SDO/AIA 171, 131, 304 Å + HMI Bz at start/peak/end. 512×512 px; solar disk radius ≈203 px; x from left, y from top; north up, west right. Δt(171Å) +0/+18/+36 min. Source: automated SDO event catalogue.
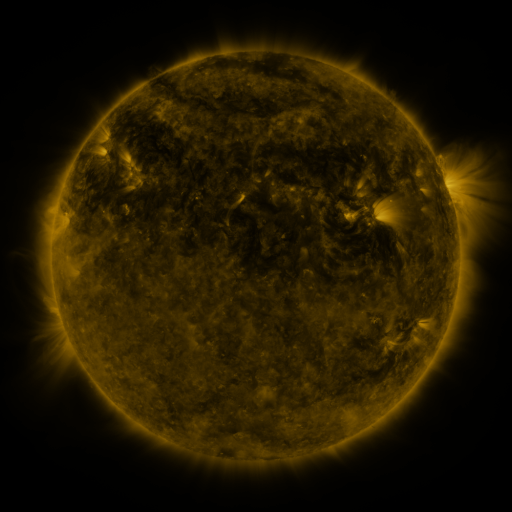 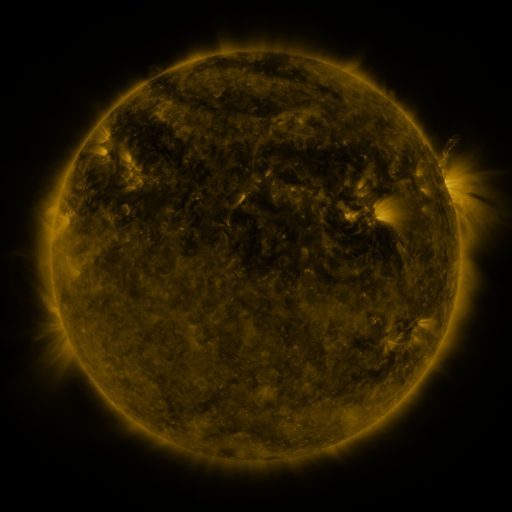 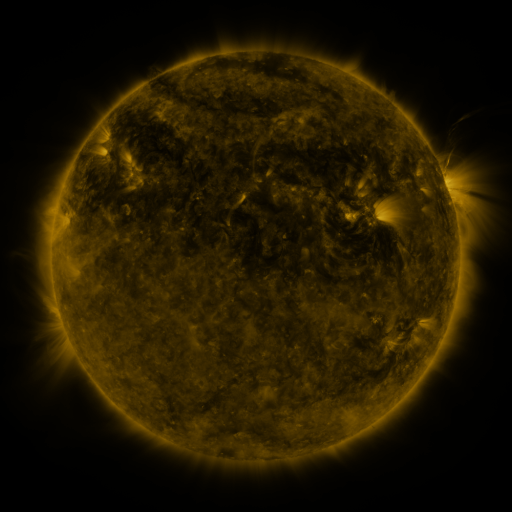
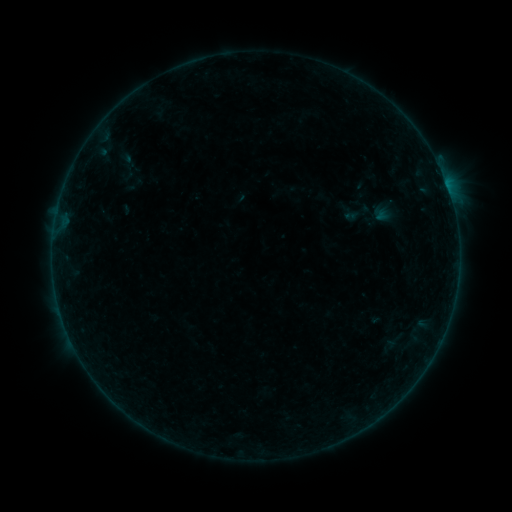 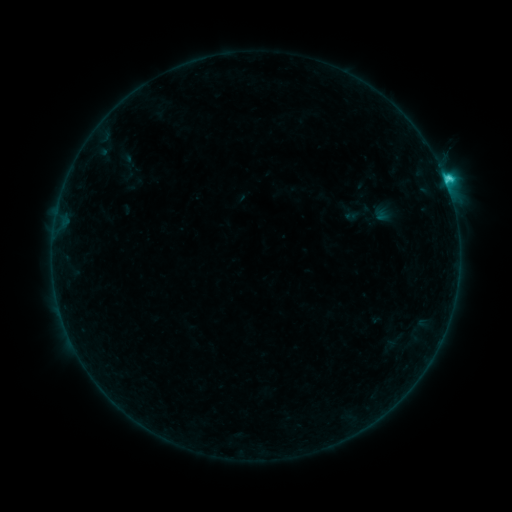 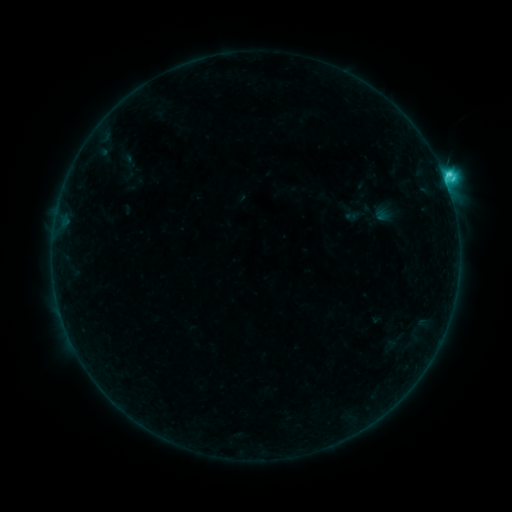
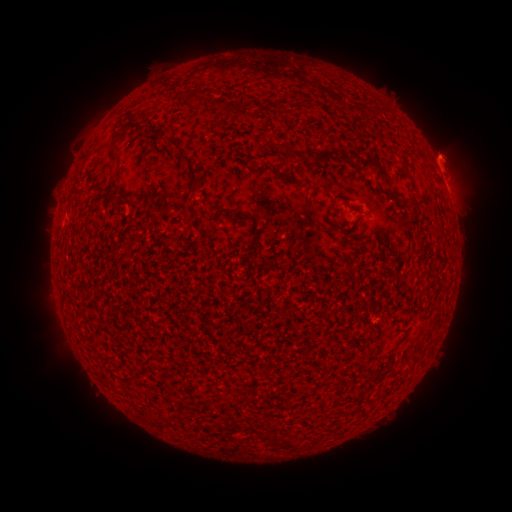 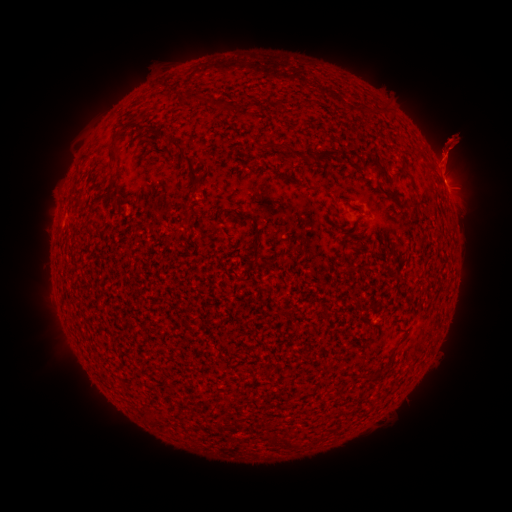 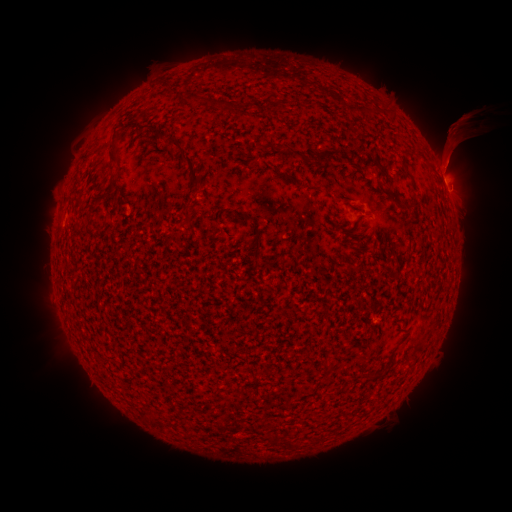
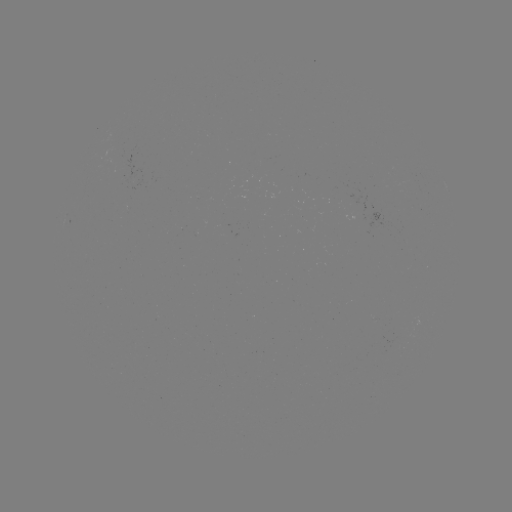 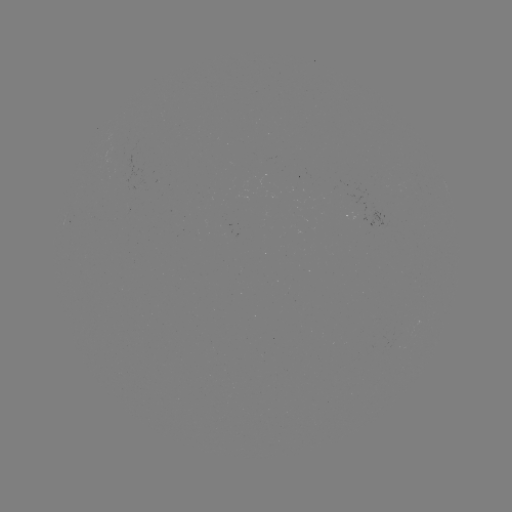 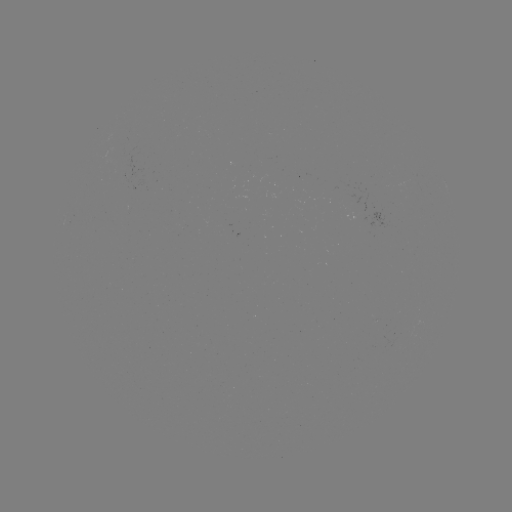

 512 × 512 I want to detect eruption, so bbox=[391, 71, 498, 229].